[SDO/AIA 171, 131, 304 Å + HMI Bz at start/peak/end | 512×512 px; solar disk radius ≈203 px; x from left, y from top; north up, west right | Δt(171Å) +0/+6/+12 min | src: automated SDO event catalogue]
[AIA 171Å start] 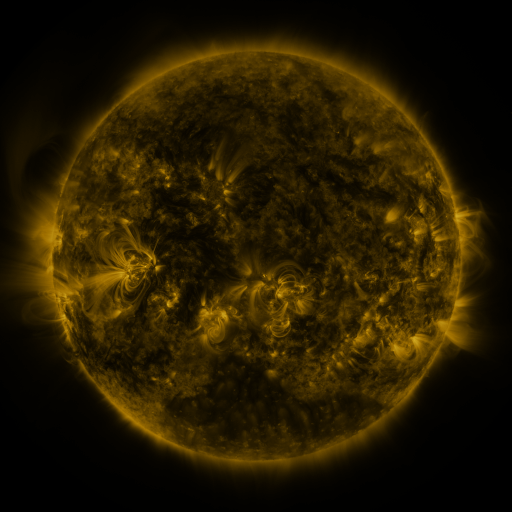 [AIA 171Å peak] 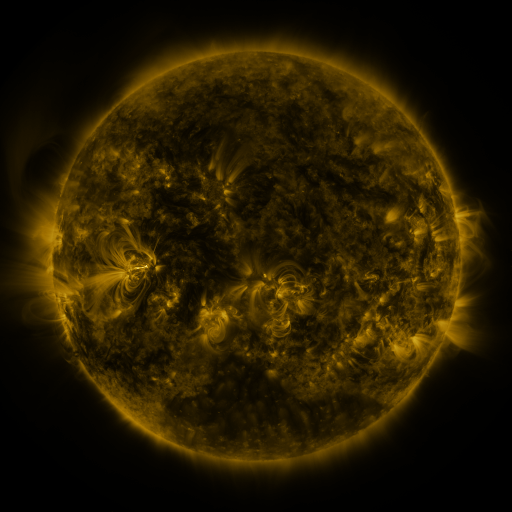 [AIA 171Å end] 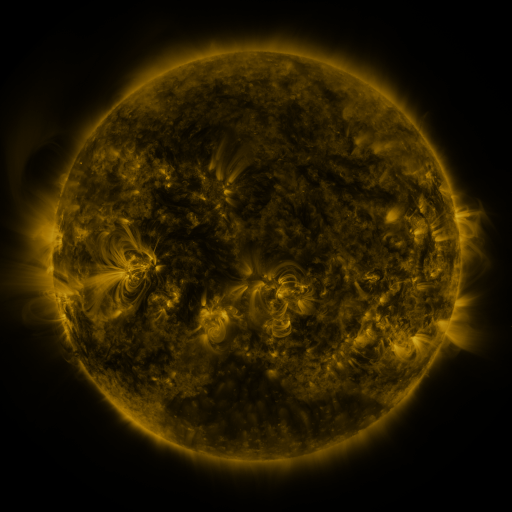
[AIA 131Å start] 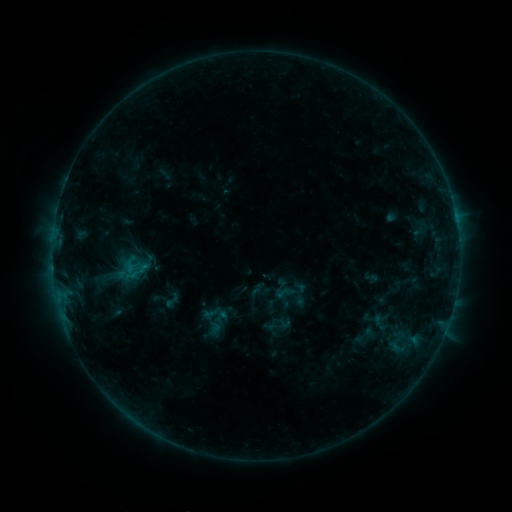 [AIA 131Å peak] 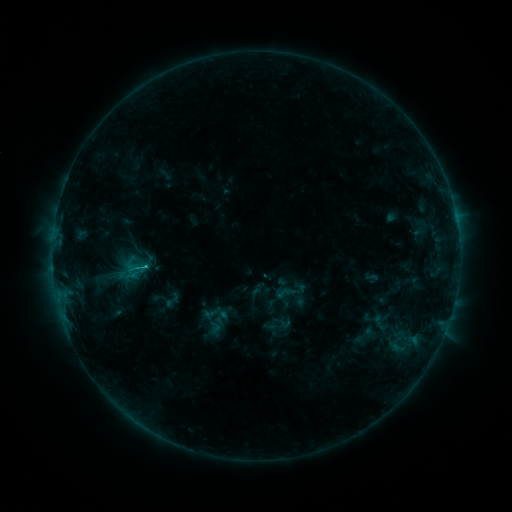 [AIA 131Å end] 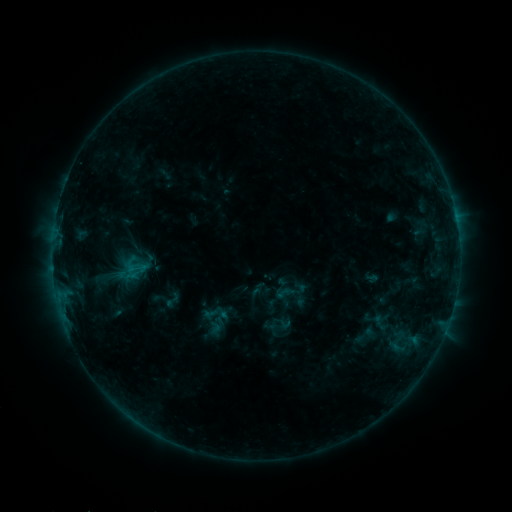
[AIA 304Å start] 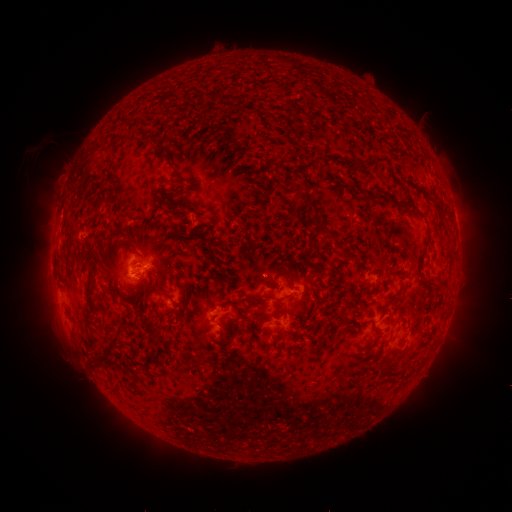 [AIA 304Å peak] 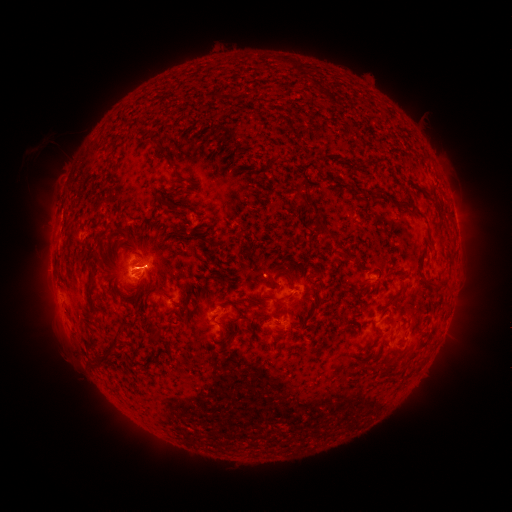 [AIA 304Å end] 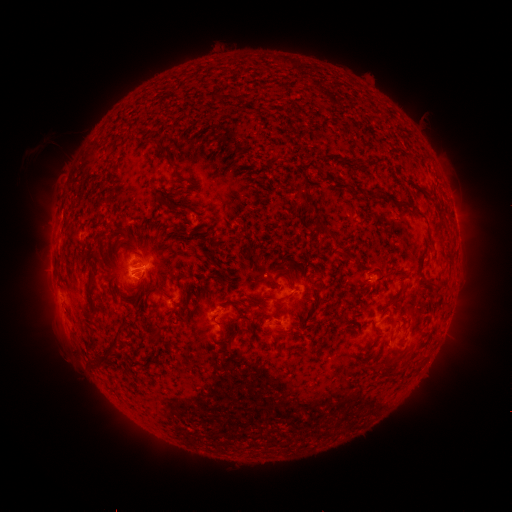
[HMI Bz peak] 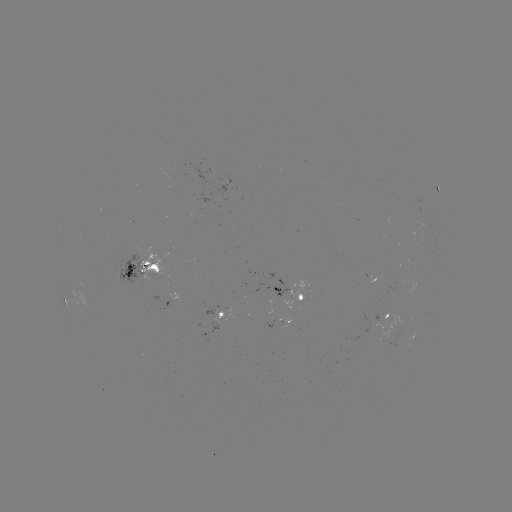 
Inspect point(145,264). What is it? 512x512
B7.0 flare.